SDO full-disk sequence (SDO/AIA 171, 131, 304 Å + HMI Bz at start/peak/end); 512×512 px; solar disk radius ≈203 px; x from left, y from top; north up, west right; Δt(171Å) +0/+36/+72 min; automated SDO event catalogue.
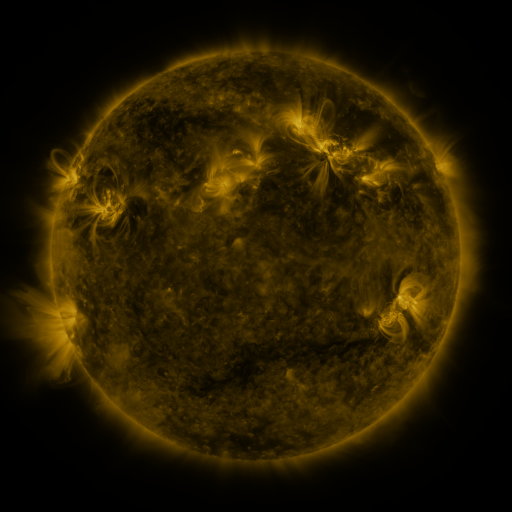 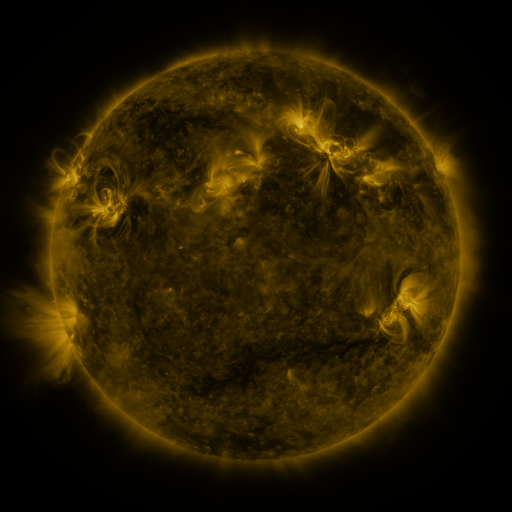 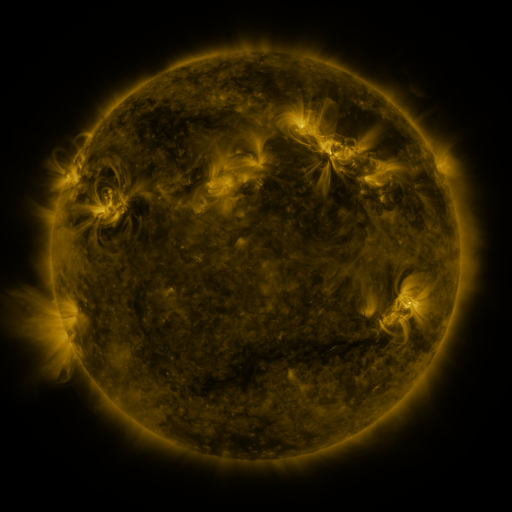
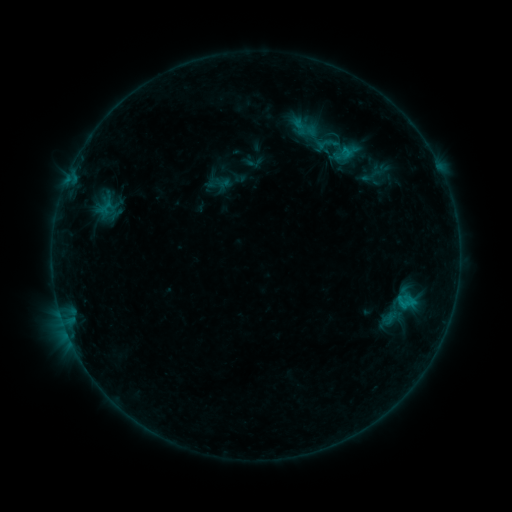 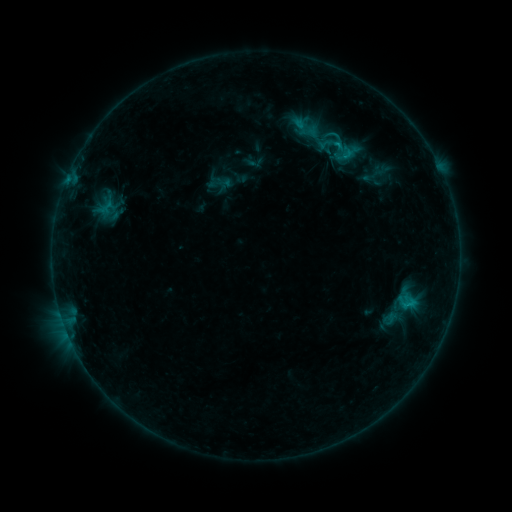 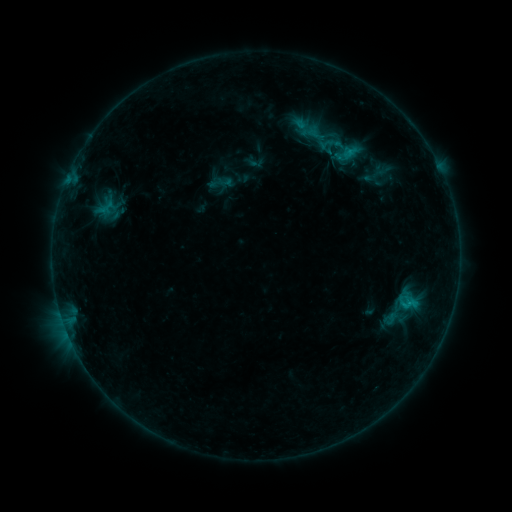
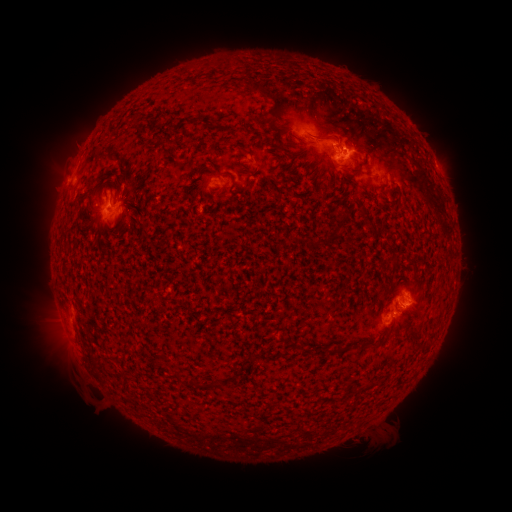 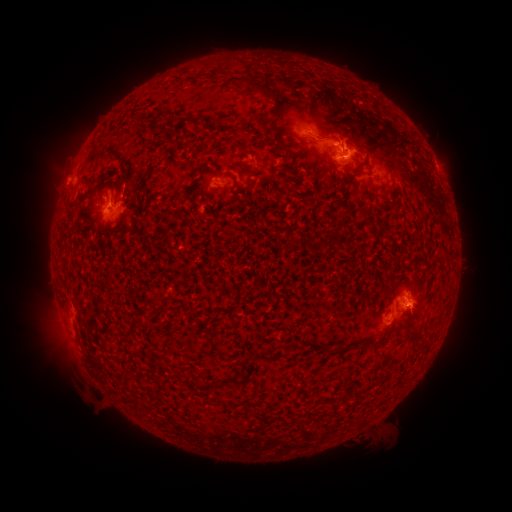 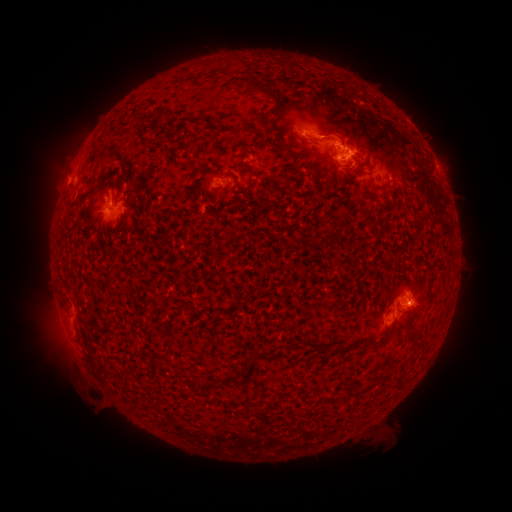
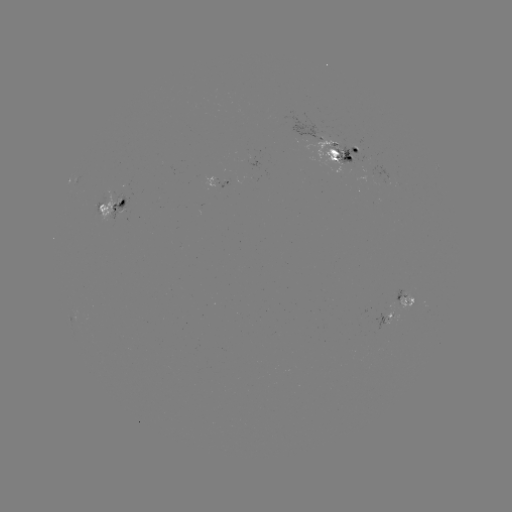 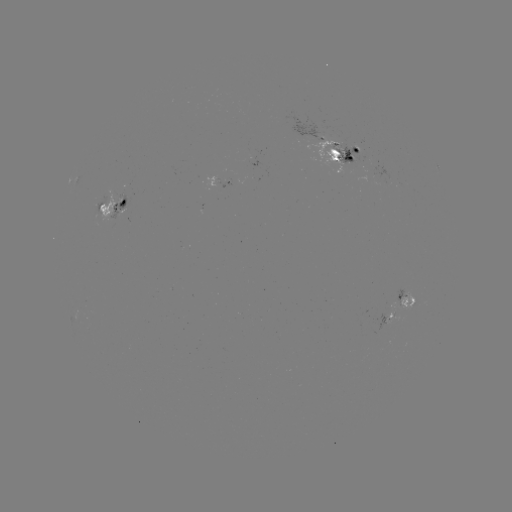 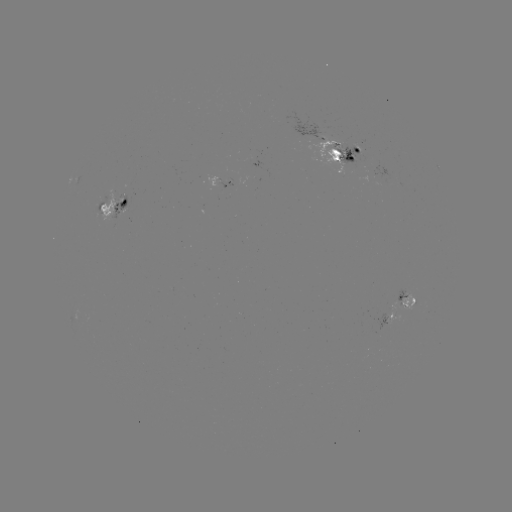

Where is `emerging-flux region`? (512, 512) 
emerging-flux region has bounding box [376, 313, 392, 331].